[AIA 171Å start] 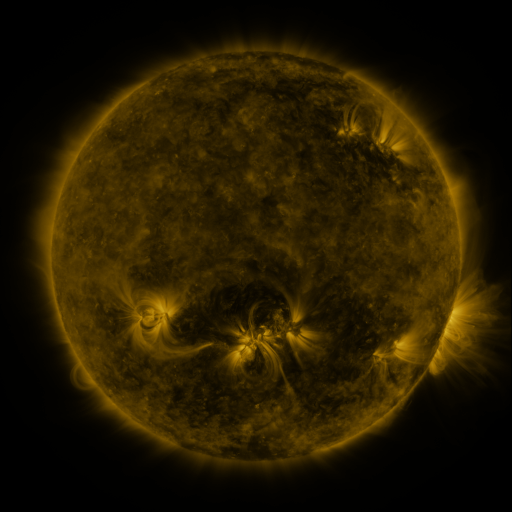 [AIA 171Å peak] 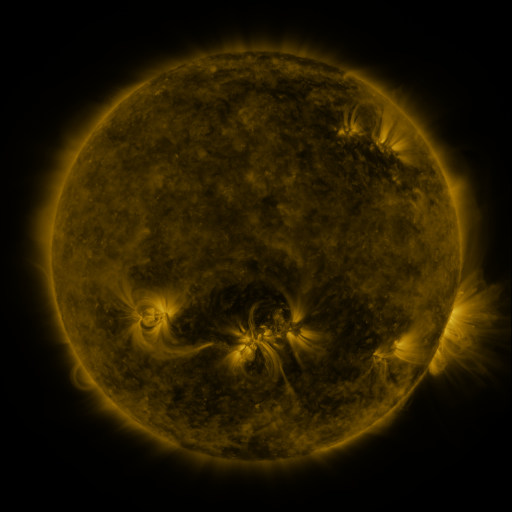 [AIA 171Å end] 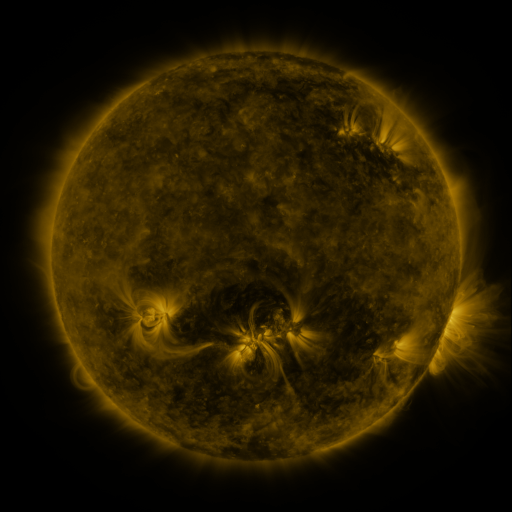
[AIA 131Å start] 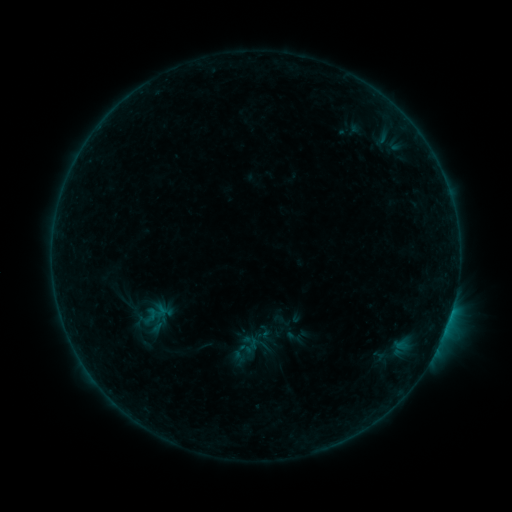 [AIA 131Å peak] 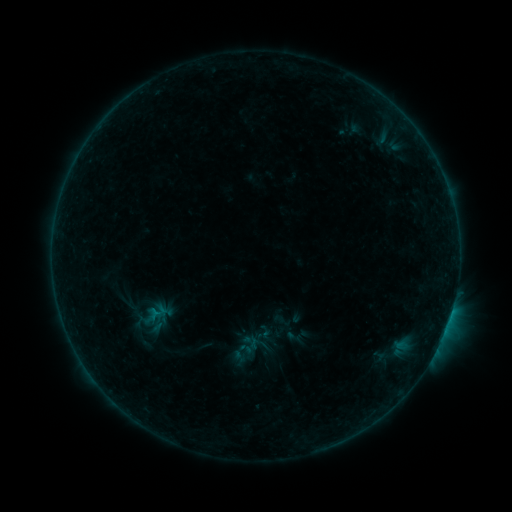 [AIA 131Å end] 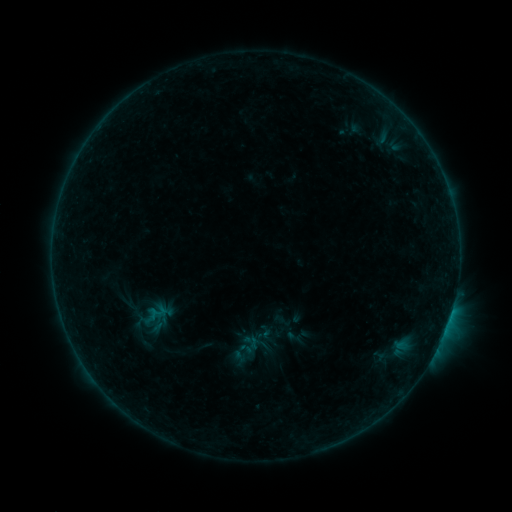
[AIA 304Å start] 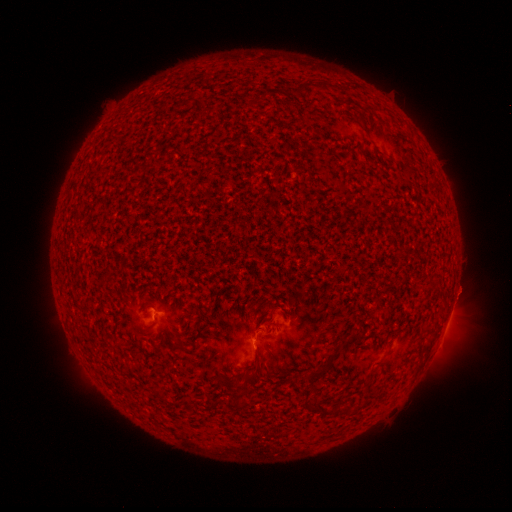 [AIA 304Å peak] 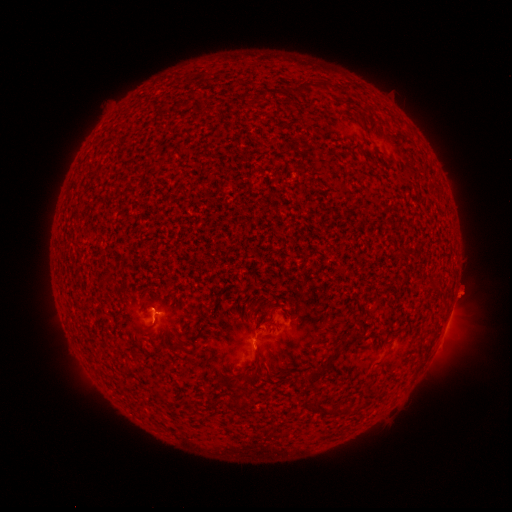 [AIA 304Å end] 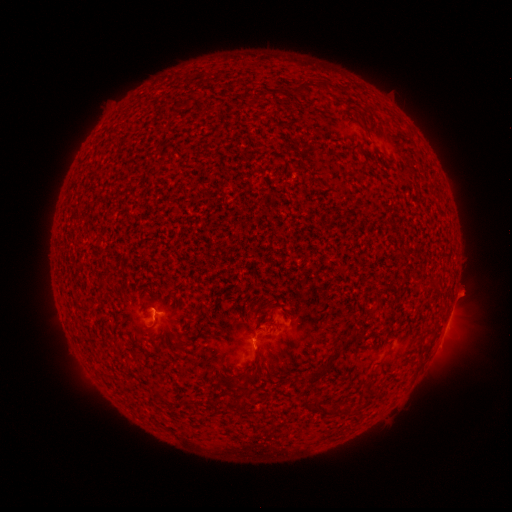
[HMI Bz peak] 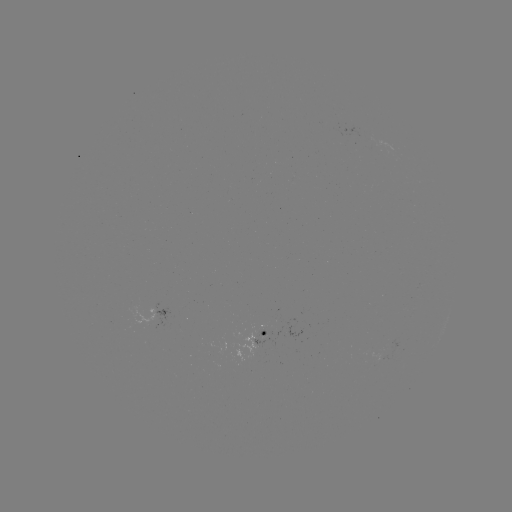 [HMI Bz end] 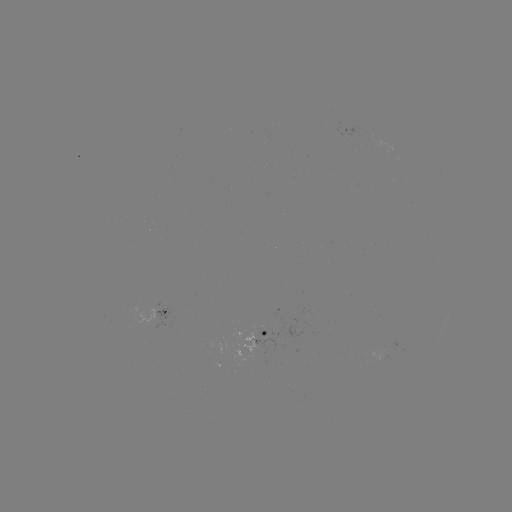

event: flare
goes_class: B3.5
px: (157, 312)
